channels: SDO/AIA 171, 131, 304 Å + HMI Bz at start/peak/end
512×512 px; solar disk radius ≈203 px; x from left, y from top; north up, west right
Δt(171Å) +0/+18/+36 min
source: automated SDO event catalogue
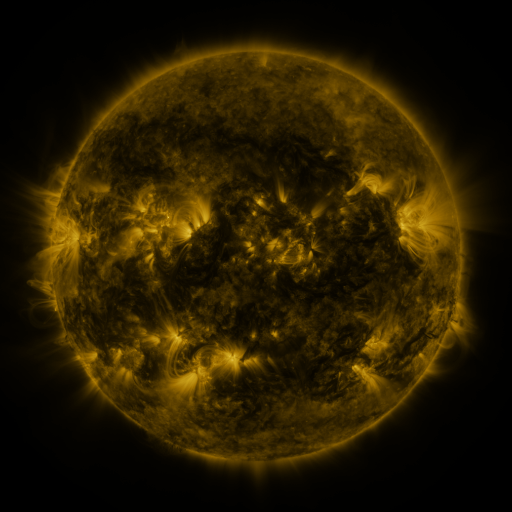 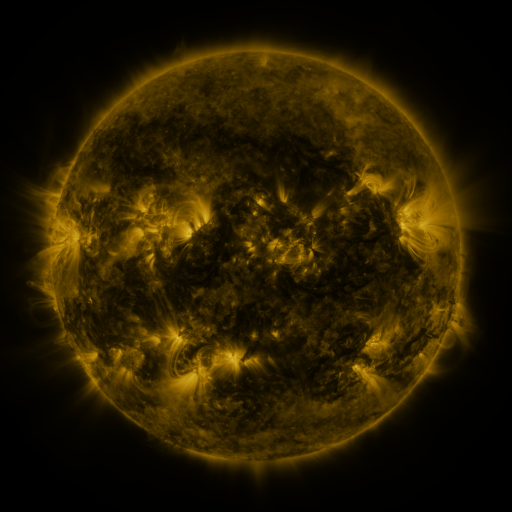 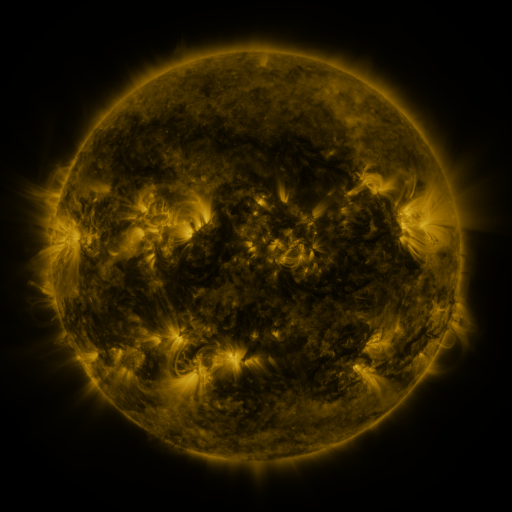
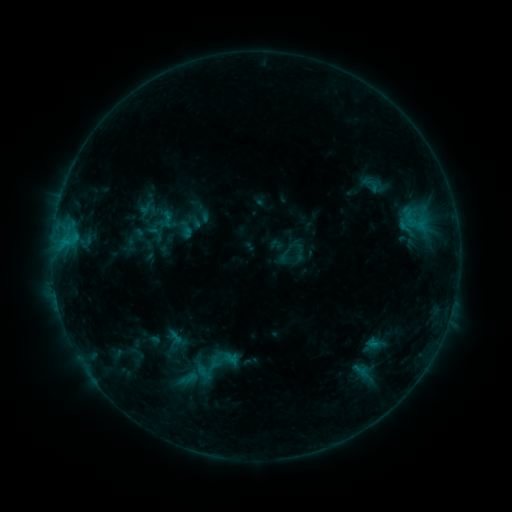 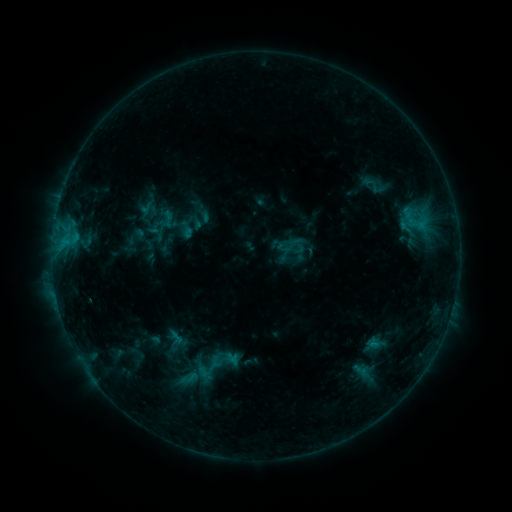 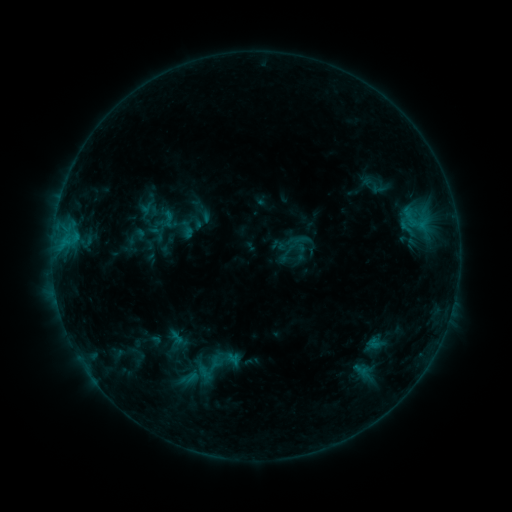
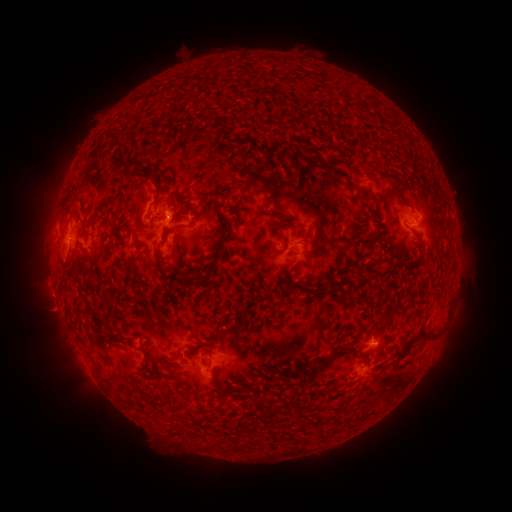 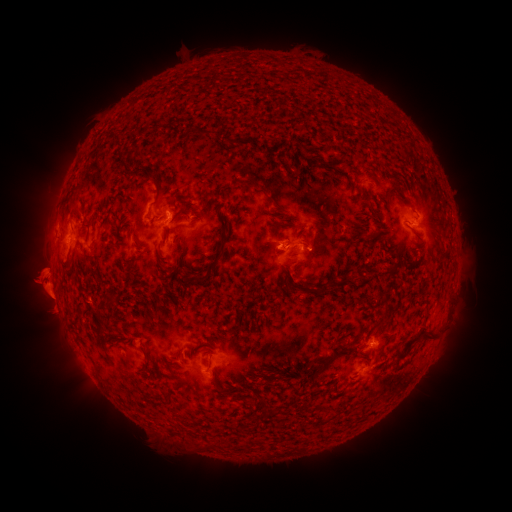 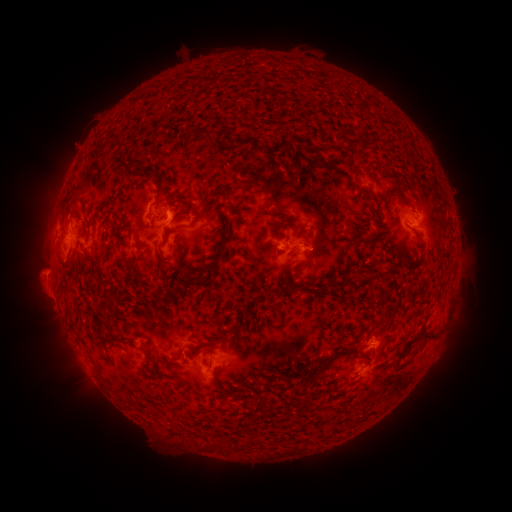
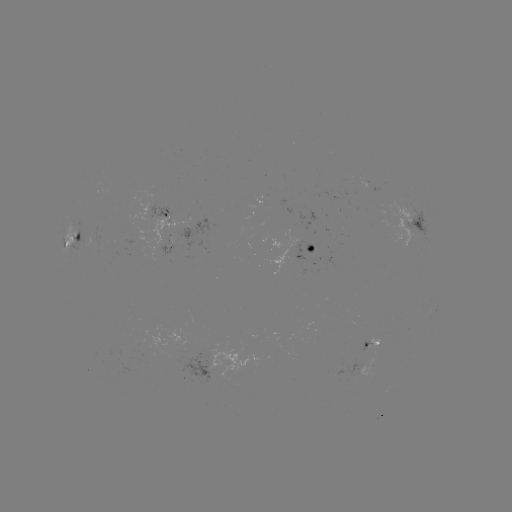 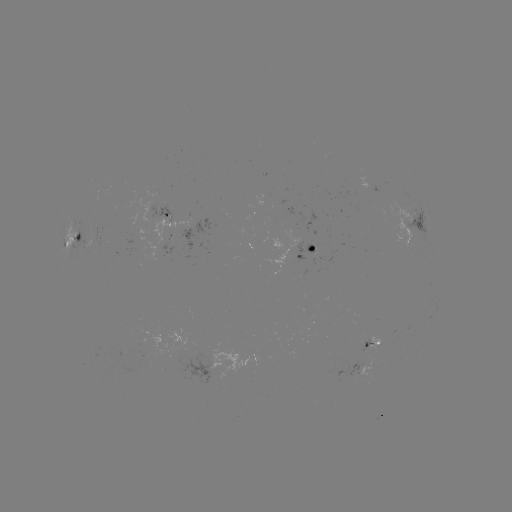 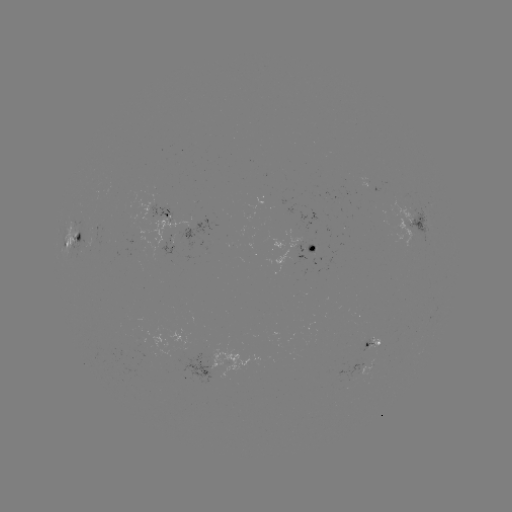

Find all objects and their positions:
eruption: (44, 287)
